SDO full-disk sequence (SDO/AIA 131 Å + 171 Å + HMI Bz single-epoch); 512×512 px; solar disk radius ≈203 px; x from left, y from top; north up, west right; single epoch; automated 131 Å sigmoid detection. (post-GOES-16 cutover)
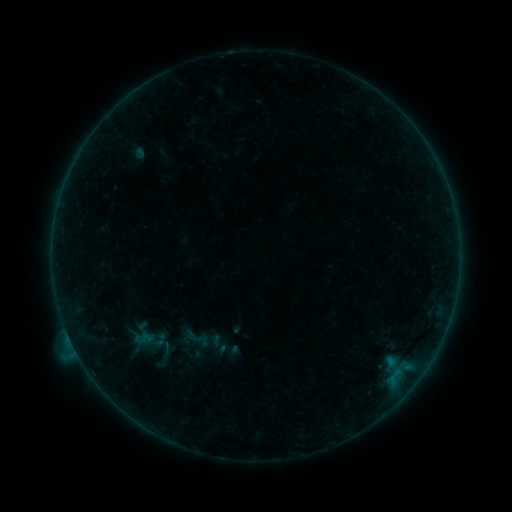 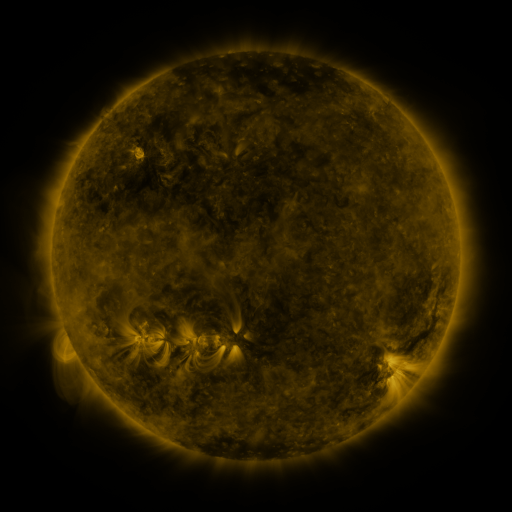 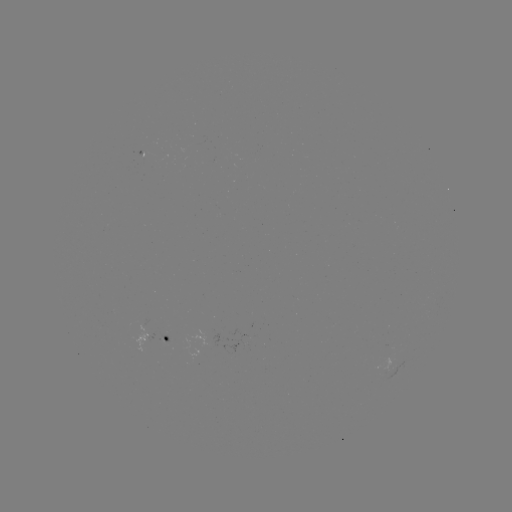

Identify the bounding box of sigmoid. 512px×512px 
[179, 324, 214, 353].